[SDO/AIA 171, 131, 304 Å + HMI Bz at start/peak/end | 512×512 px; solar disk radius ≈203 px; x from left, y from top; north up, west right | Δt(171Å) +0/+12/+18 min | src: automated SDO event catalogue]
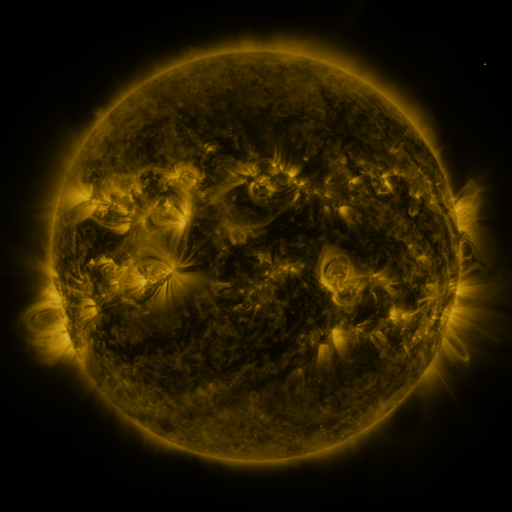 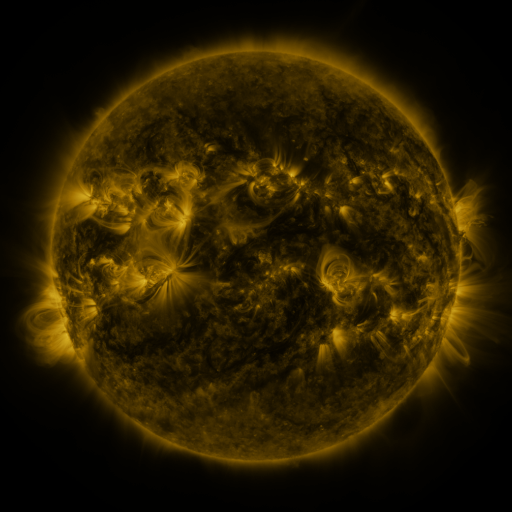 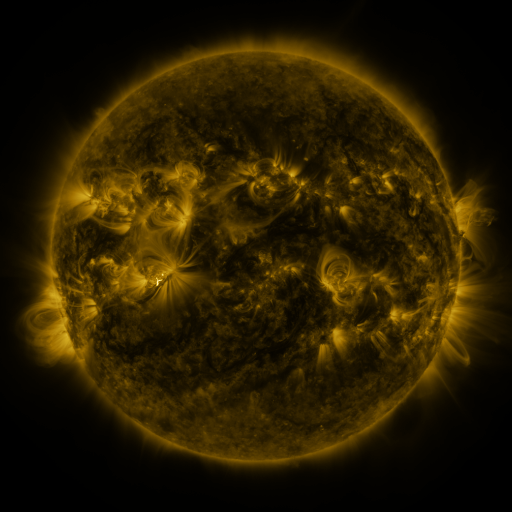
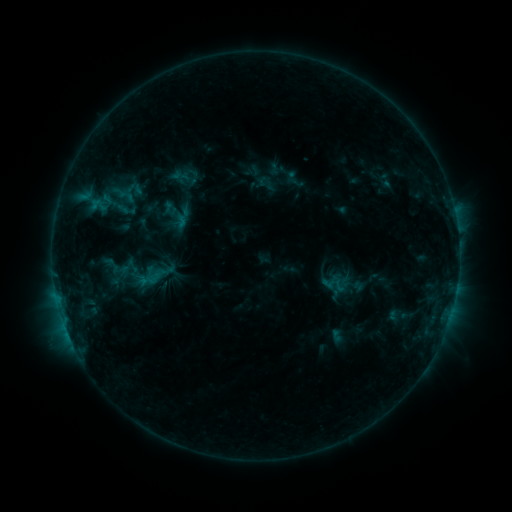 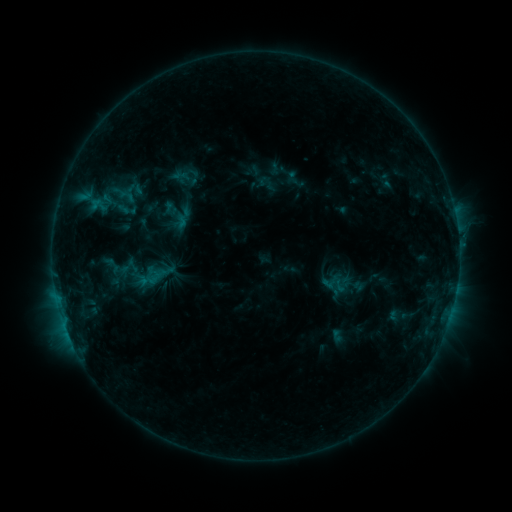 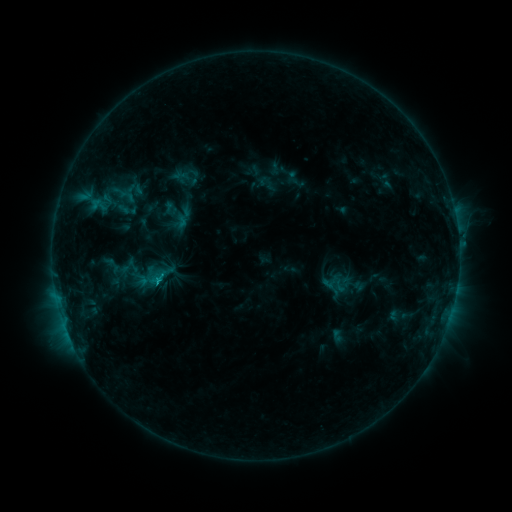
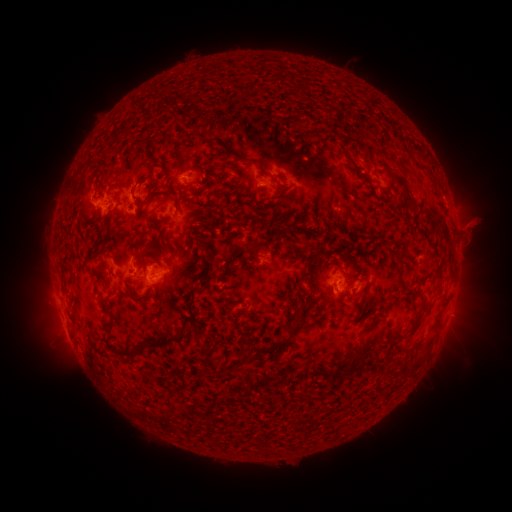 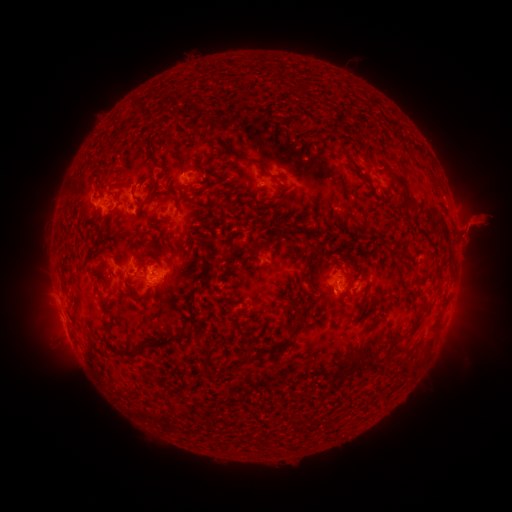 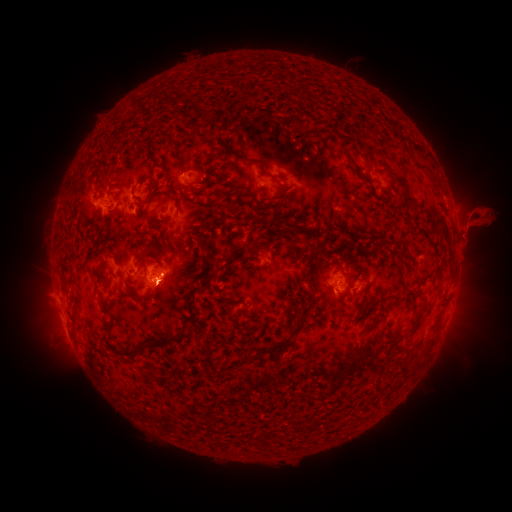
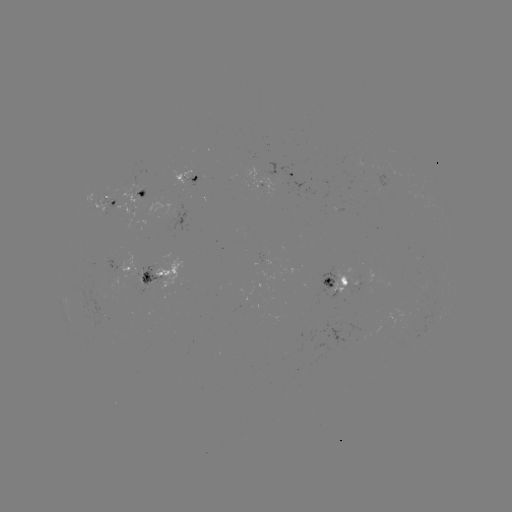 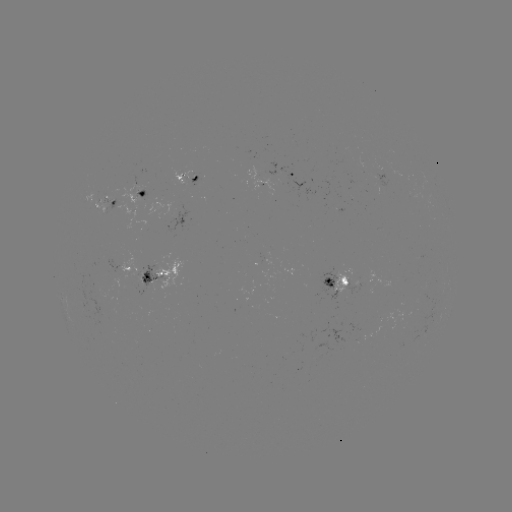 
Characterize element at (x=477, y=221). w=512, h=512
eruption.